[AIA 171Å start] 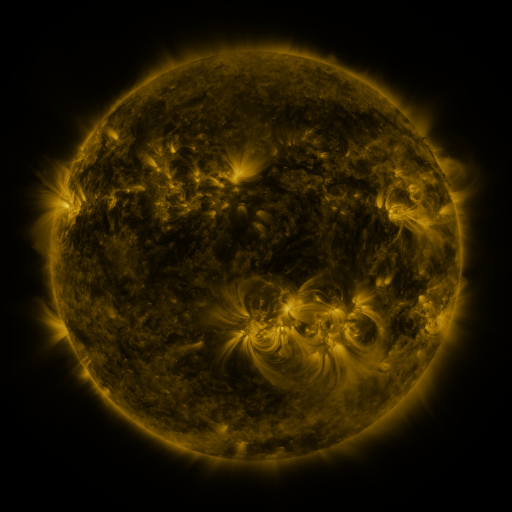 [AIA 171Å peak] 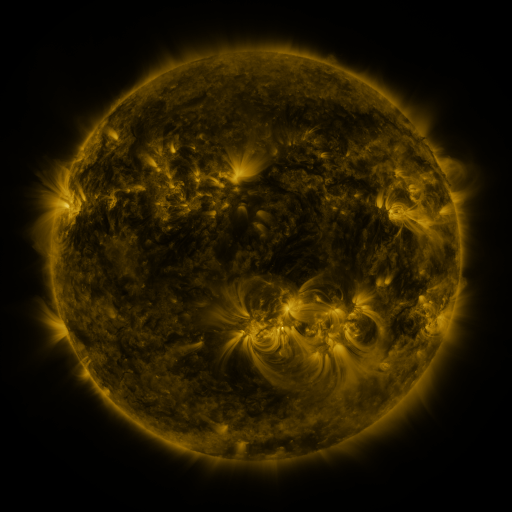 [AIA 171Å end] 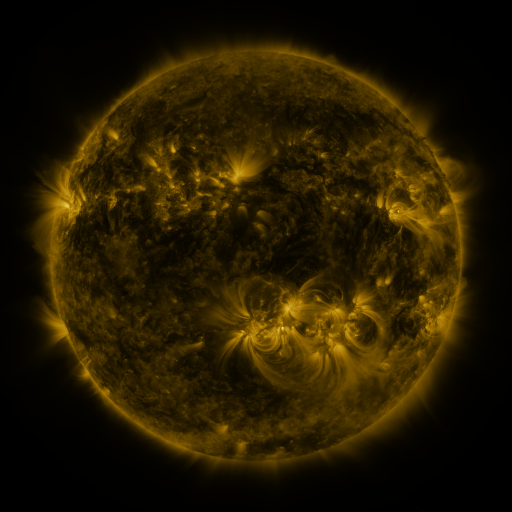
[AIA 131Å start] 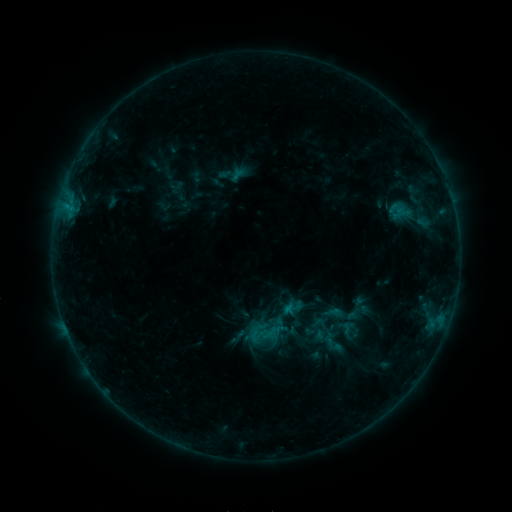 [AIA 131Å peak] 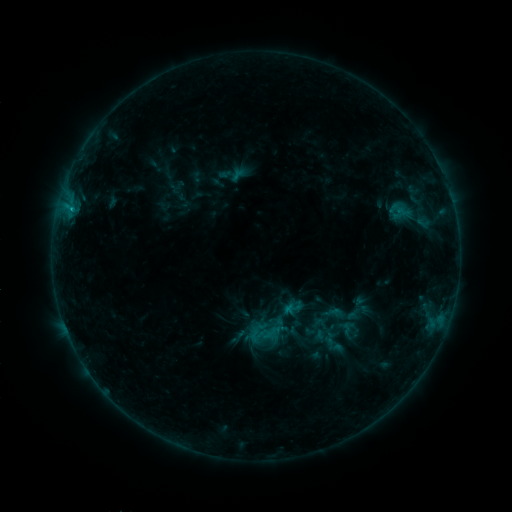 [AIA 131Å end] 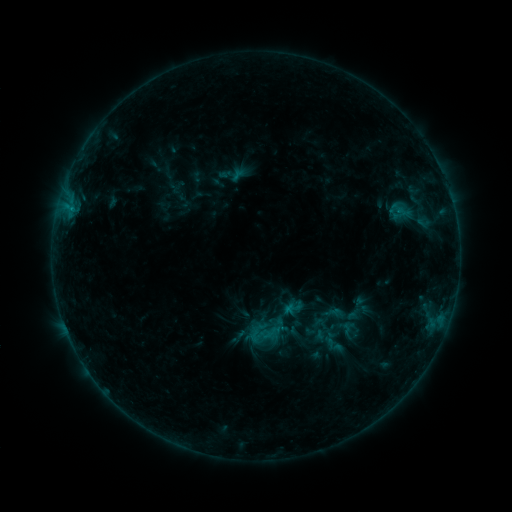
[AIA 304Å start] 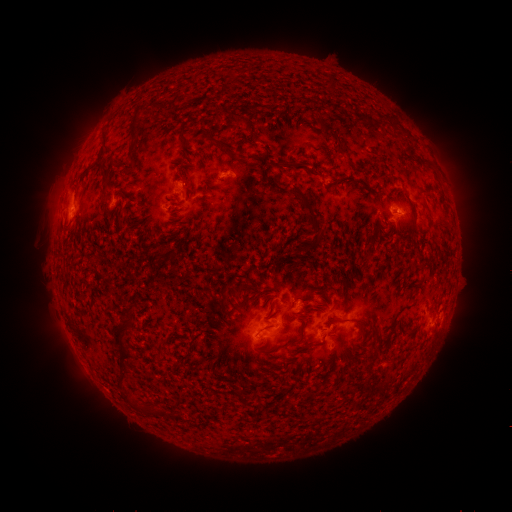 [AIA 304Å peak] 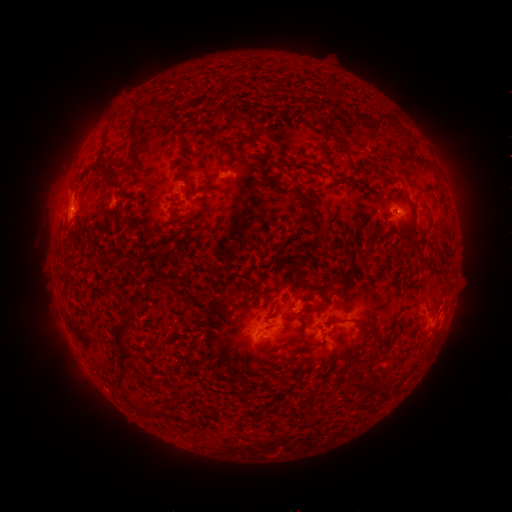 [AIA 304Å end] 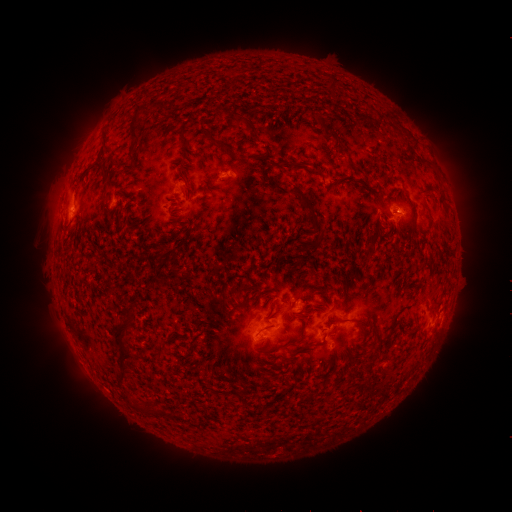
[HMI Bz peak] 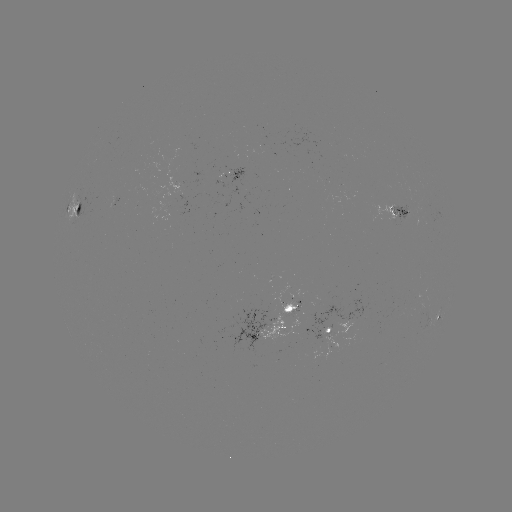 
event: flare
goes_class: B6.4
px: (72, 212)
